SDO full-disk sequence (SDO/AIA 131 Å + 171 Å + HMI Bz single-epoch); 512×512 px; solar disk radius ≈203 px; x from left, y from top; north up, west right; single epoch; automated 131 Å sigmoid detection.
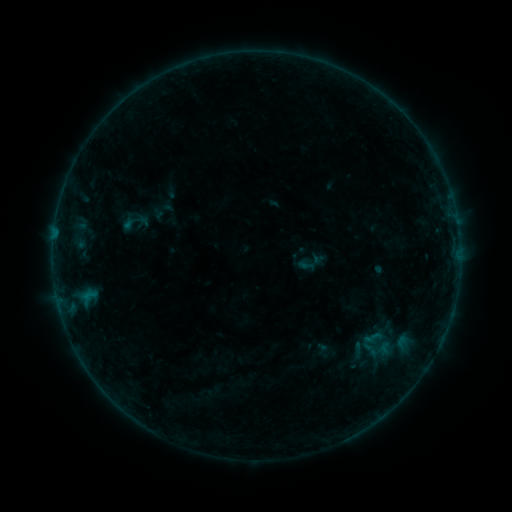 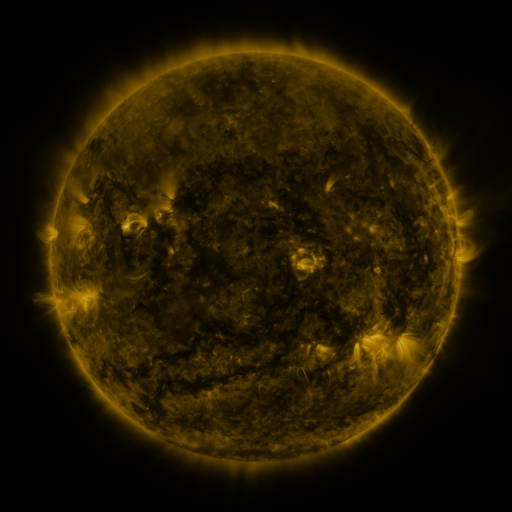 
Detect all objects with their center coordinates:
sigmoid: (133, 221)
sigmoid: (374, 337)
